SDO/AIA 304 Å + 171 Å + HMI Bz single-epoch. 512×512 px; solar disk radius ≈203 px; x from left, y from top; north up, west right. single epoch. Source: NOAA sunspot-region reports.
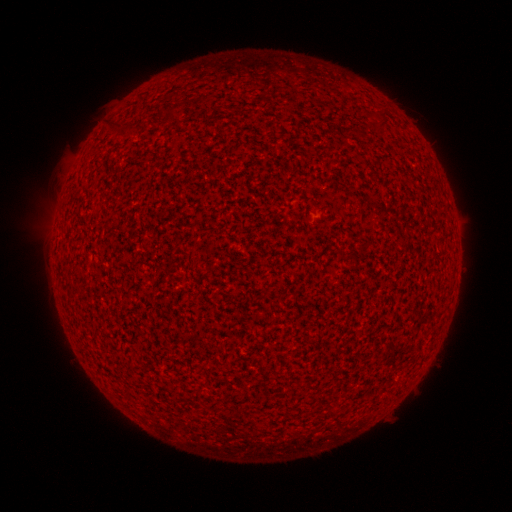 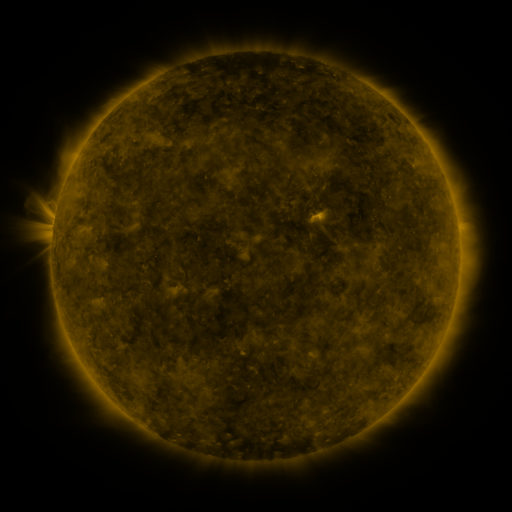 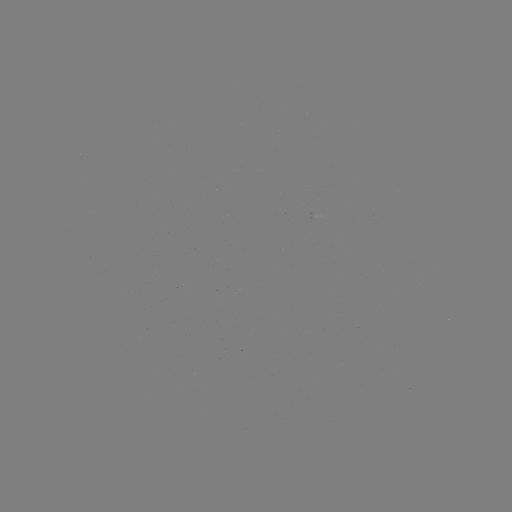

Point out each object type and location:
(none)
